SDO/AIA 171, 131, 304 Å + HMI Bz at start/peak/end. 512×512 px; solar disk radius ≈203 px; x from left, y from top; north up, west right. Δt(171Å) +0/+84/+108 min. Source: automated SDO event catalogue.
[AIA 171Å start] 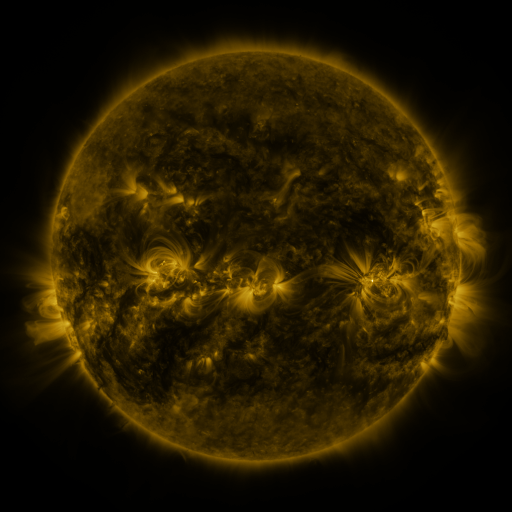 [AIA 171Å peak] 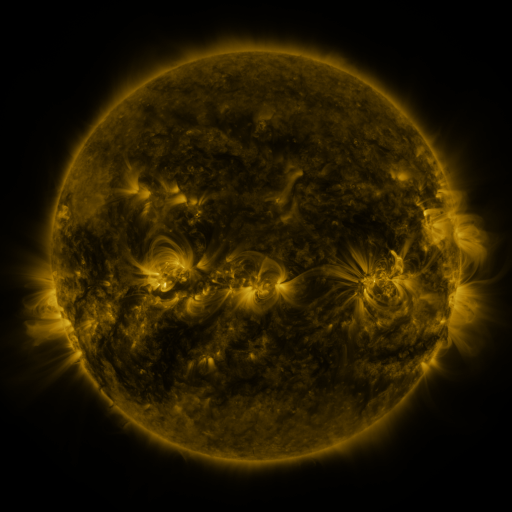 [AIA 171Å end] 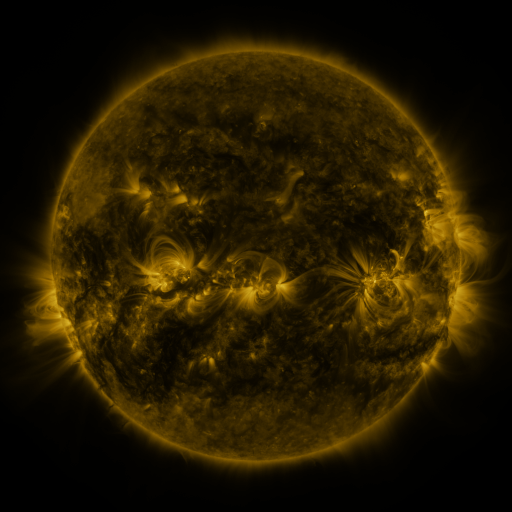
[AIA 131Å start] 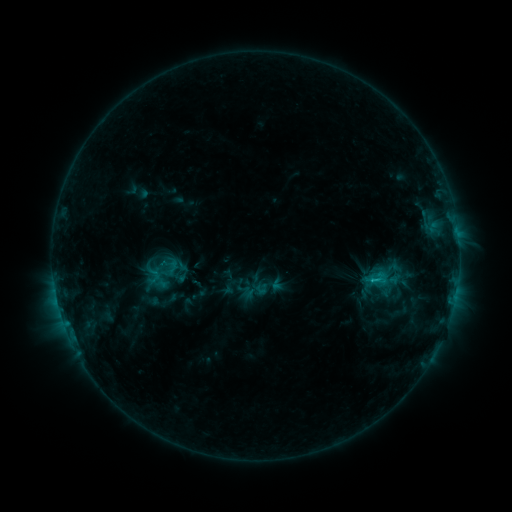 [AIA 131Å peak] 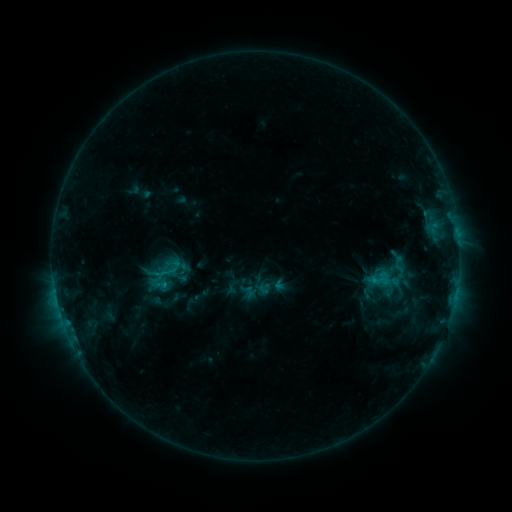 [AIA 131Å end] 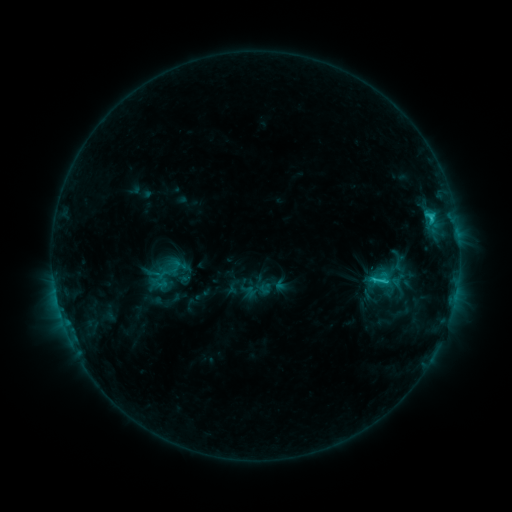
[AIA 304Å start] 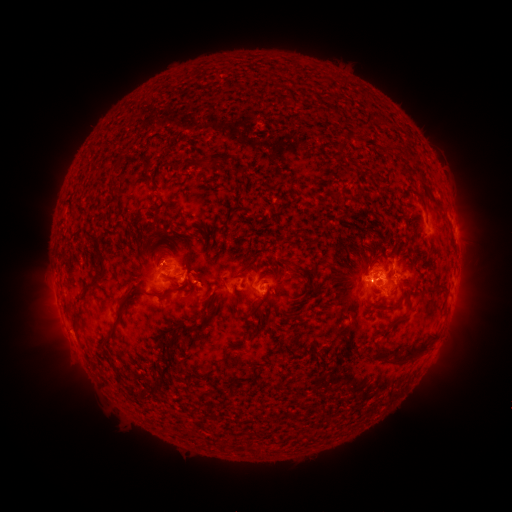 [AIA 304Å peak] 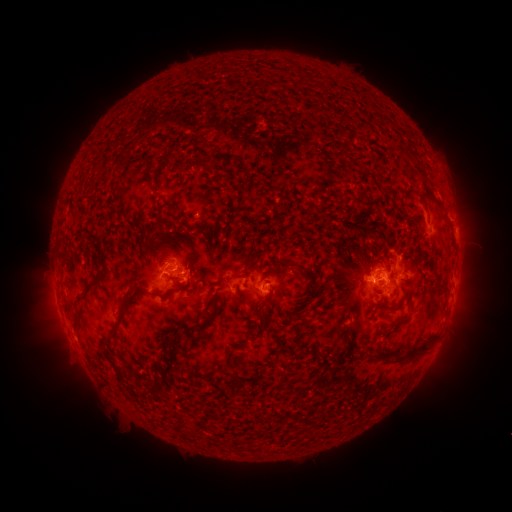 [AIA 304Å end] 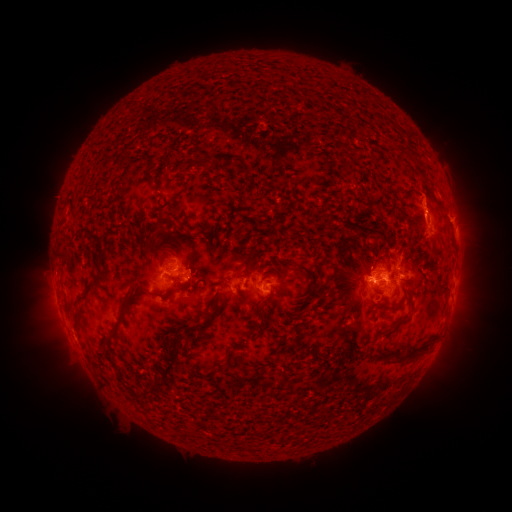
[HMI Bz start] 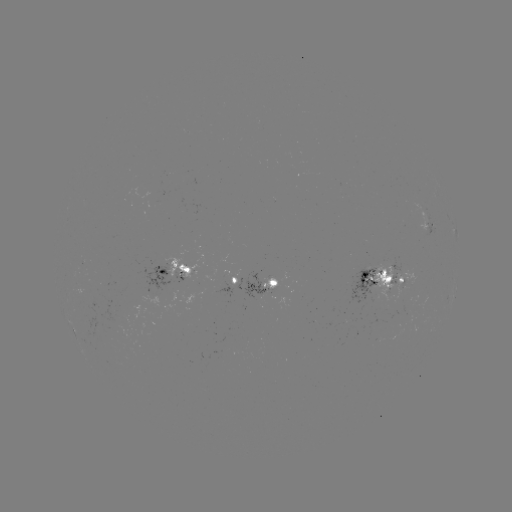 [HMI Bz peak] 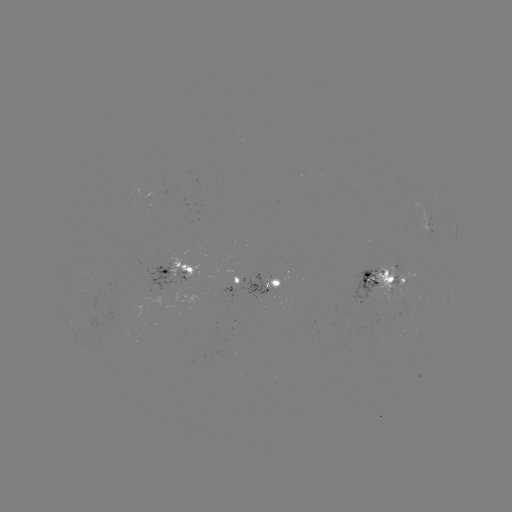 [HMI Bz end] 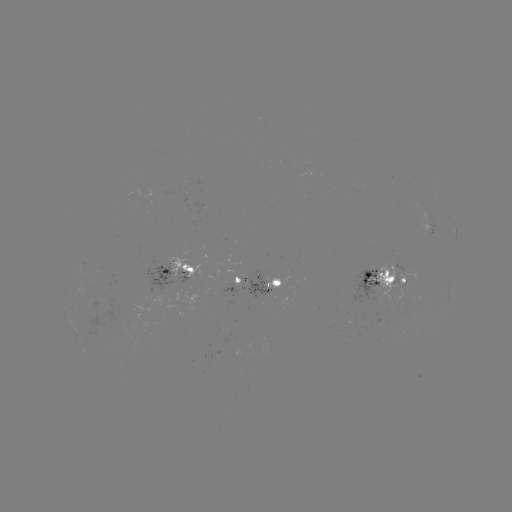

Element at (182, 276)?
emerging-flux region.